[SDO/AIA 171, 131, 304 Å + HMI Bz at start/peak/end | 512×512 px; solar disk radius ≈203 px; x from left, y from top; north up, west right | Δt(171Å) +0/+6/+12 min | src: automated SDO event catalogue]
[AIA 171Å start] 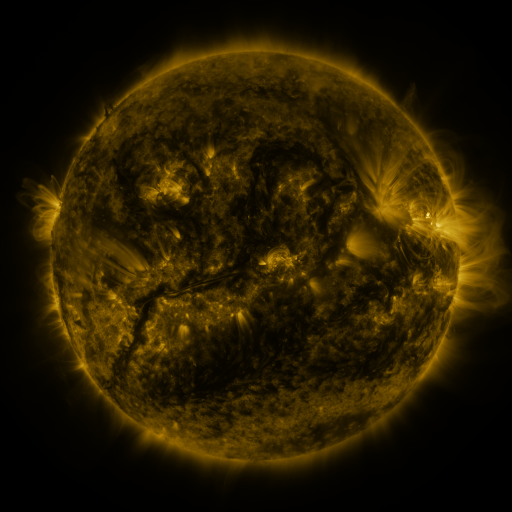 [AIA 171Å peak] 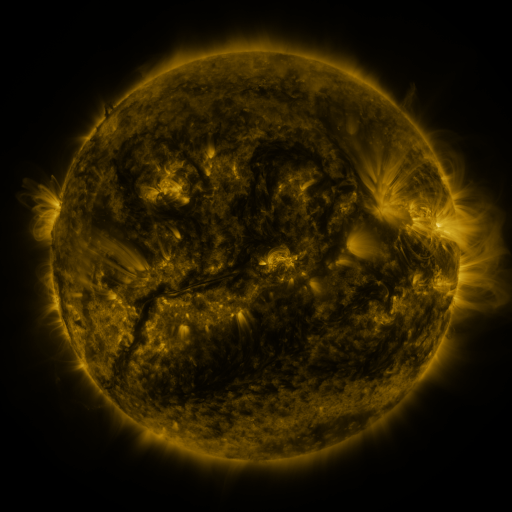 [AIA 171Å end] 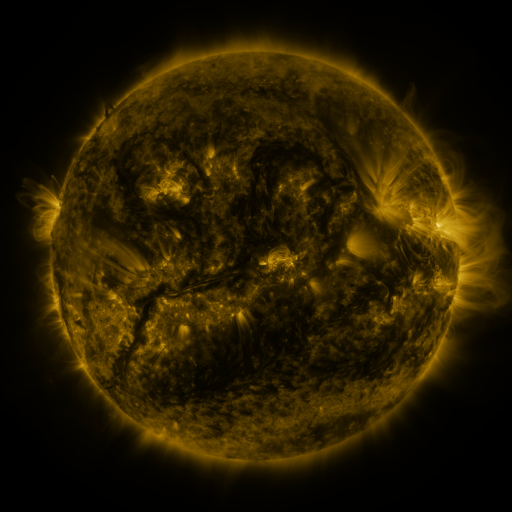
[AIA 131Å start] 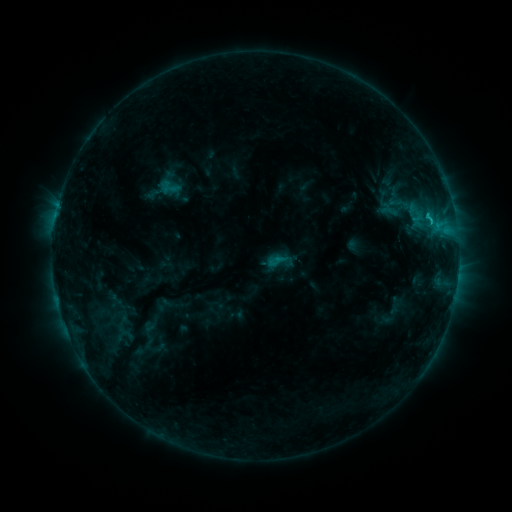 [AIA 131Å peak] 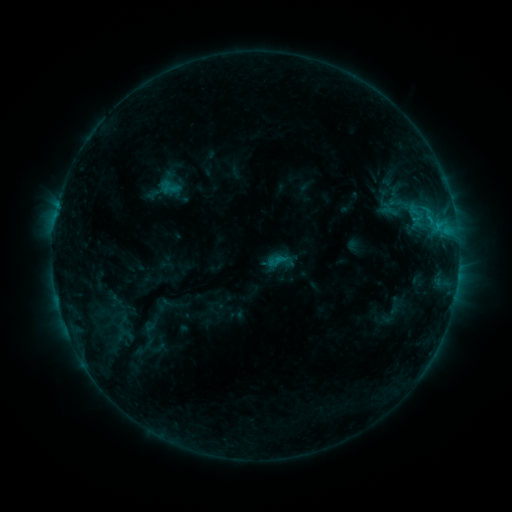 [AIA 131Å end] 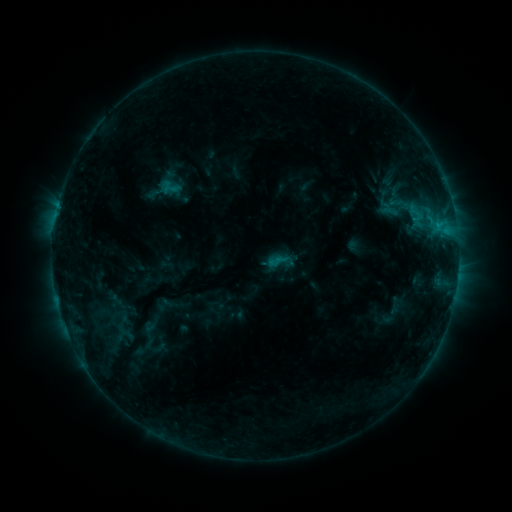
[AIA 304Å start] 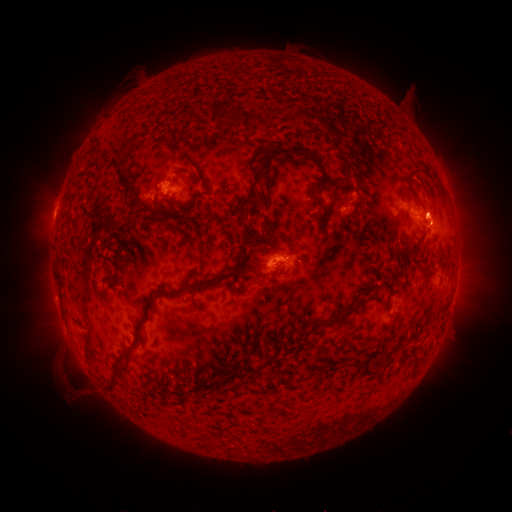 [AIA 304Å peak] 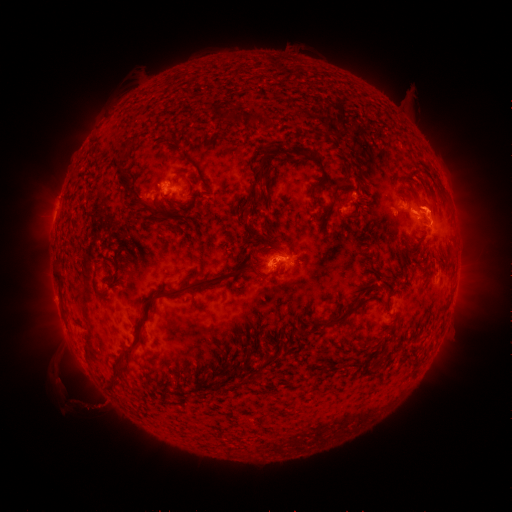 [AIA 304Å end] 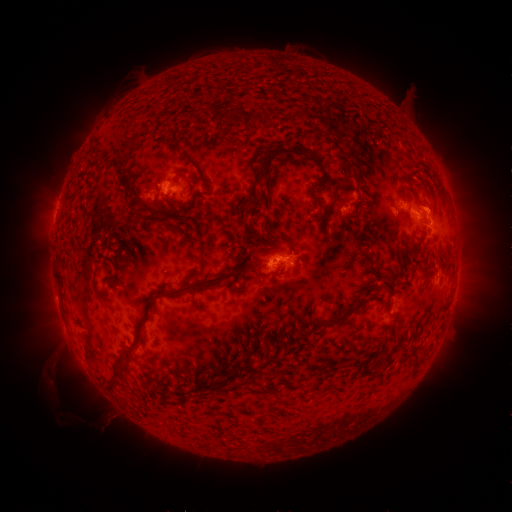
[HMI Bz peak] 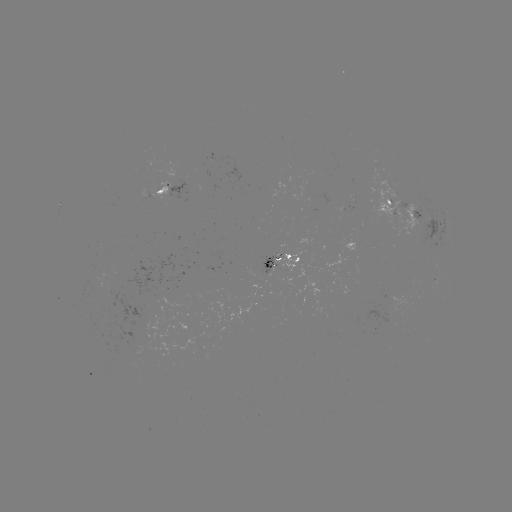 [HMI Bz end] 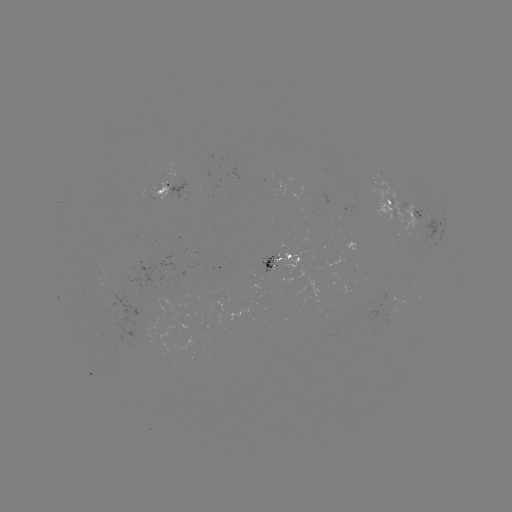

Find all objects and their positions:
eruption: (88, 399)
